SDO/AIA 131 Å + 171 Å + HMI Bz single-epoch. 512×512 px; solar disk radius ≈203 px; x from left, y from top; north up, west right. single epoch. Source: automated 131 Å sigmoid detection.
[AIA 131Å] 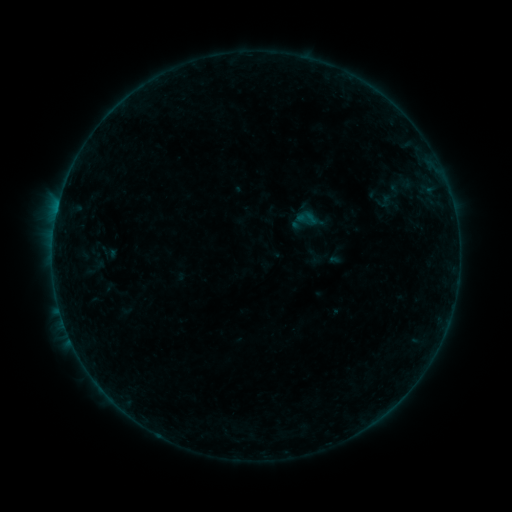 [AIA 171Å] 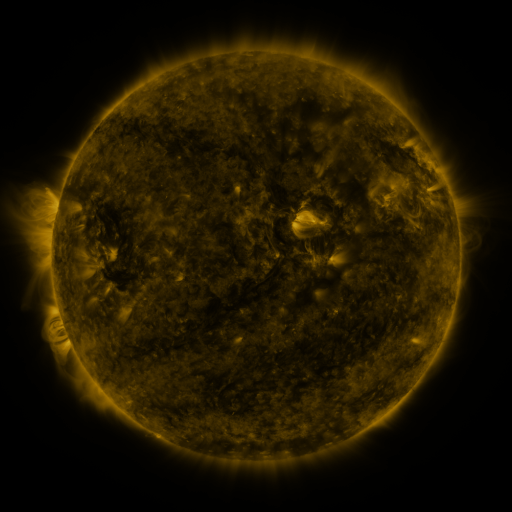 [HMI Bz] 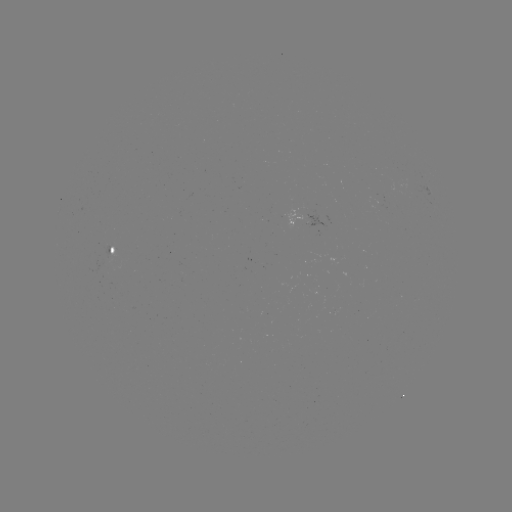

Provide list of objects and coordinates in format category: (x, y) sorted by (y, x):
sigmoid: (385, 202)
sigmoid: (313, 255)
